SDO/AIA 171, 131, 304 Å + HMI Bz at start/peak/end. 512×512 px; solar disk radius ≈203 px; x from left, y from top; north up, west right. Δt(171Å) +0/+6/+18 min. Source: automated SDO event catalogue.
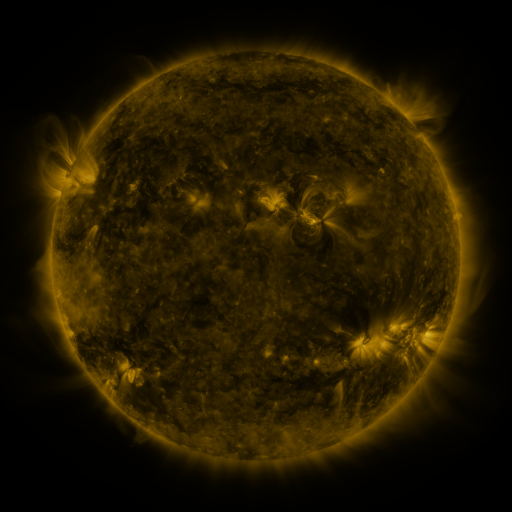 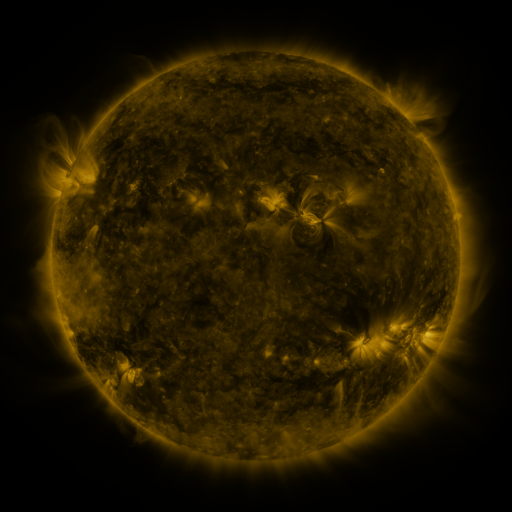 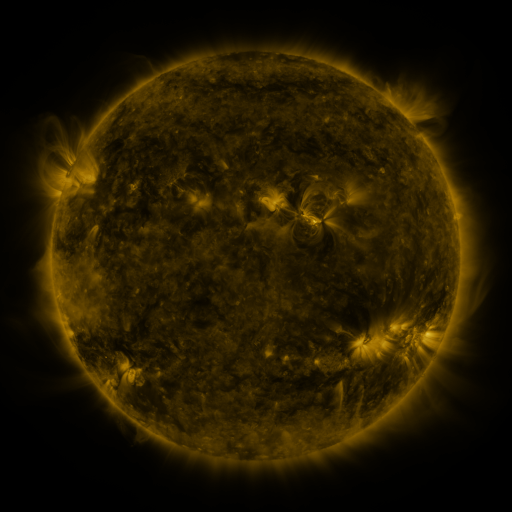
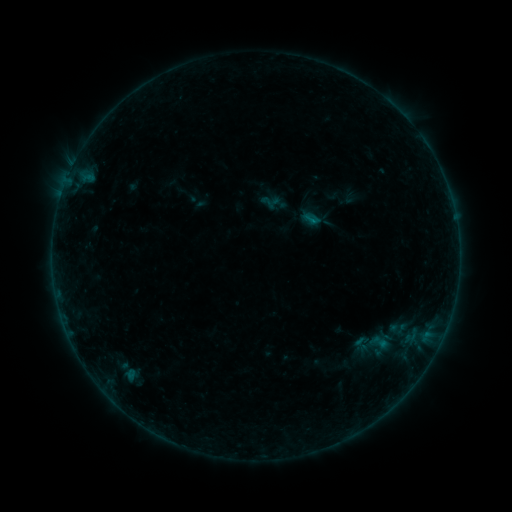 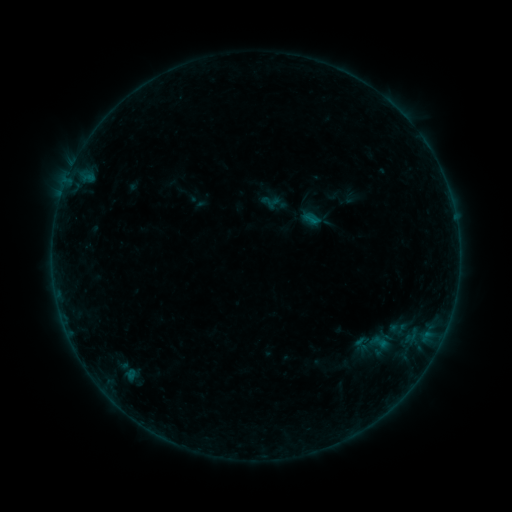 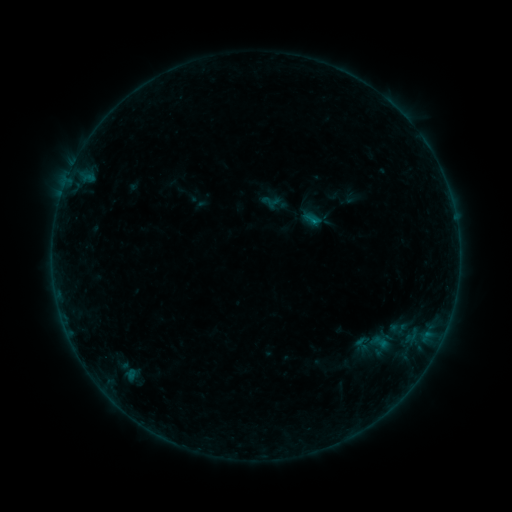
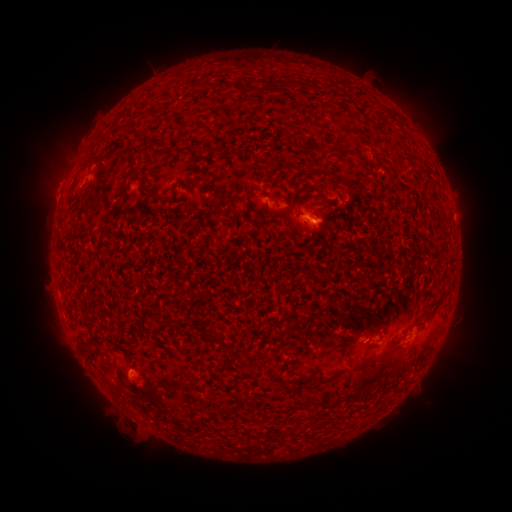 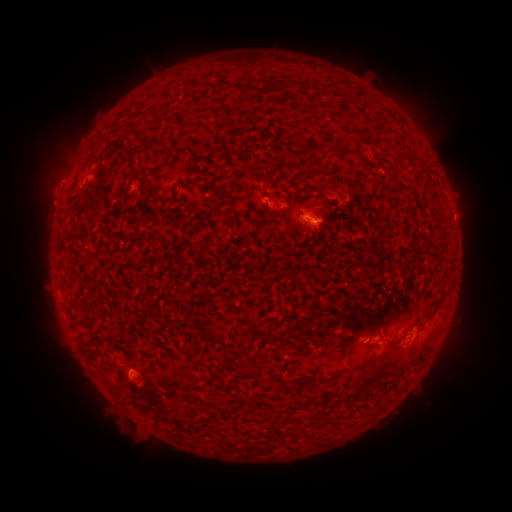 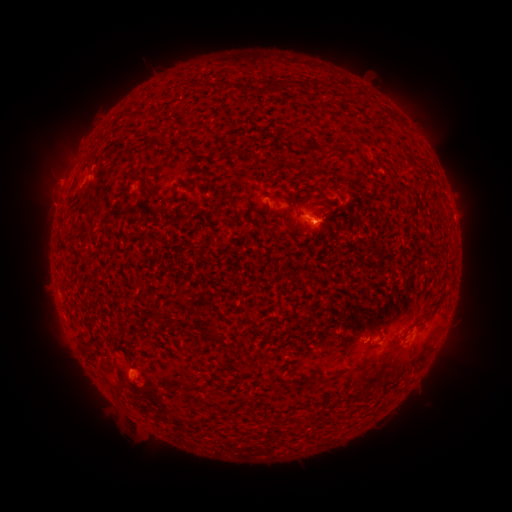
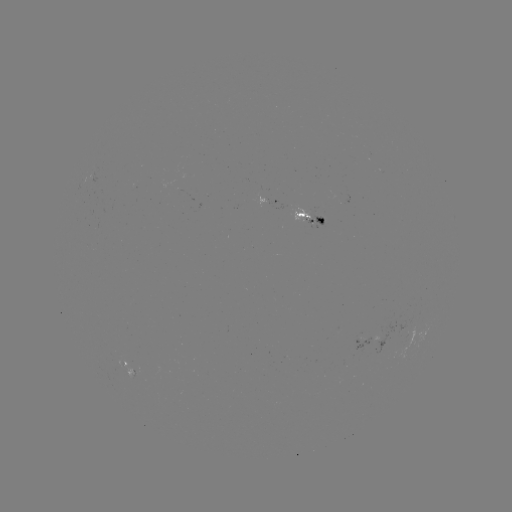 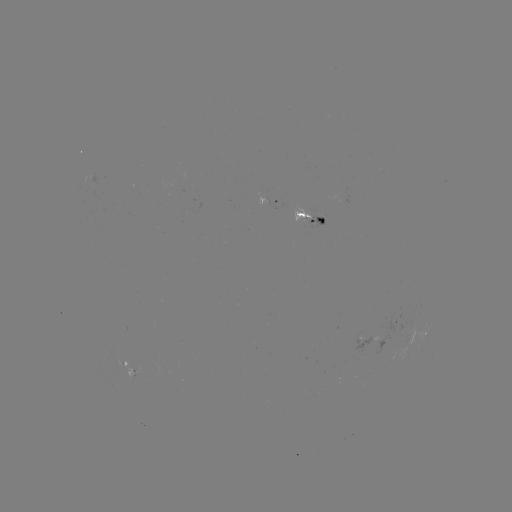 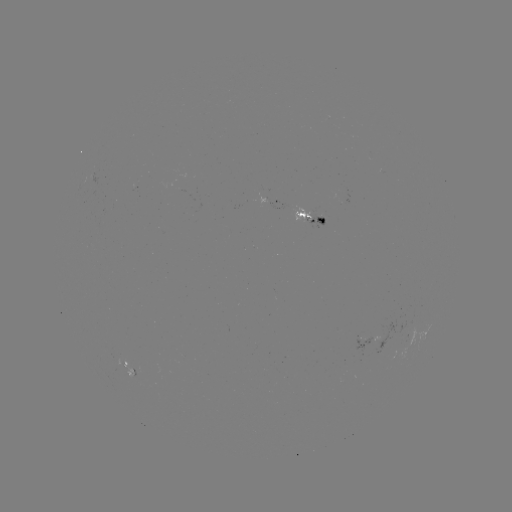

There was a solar eruption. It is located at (48, 193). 